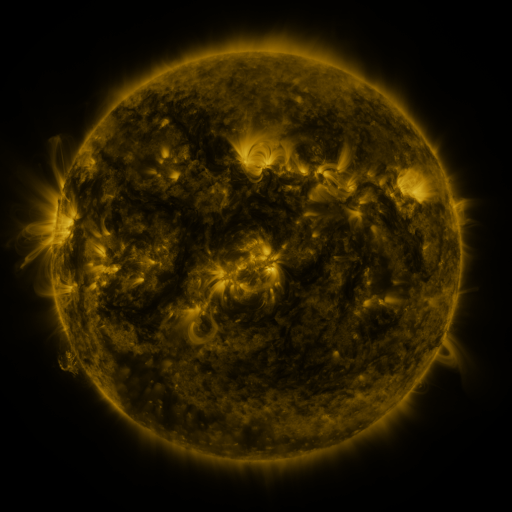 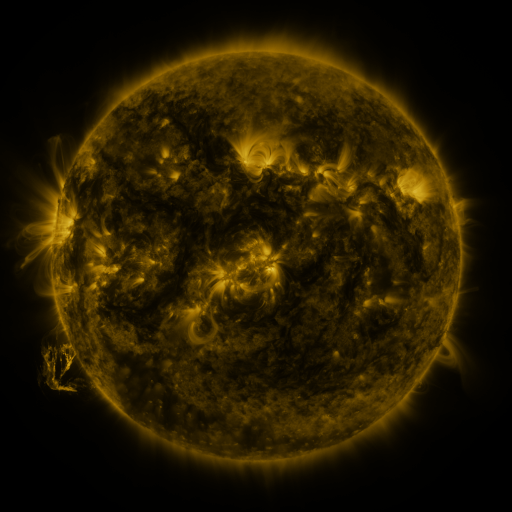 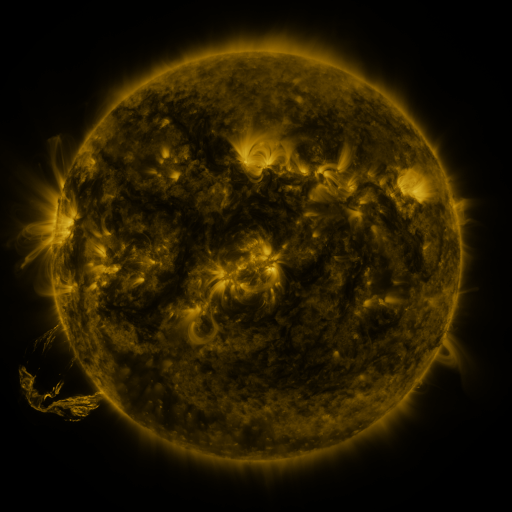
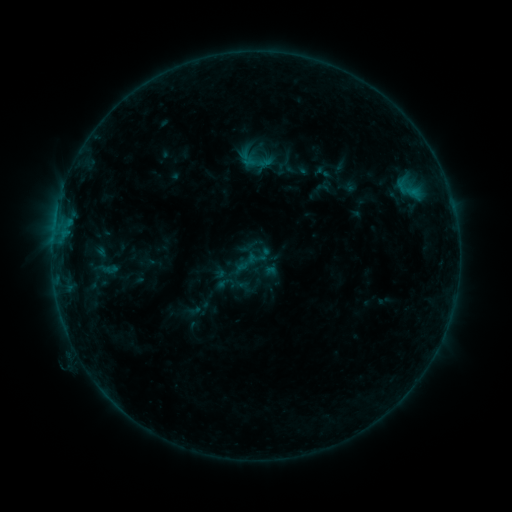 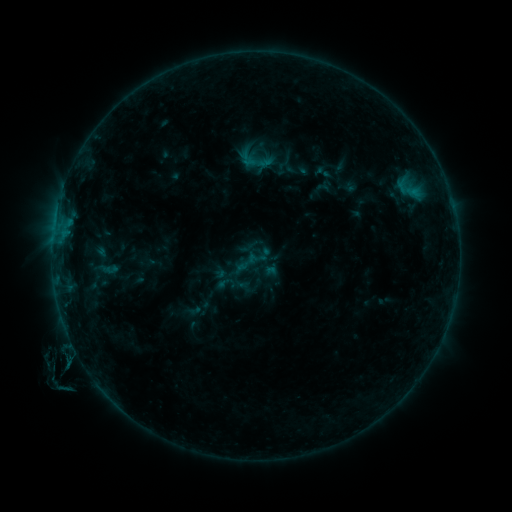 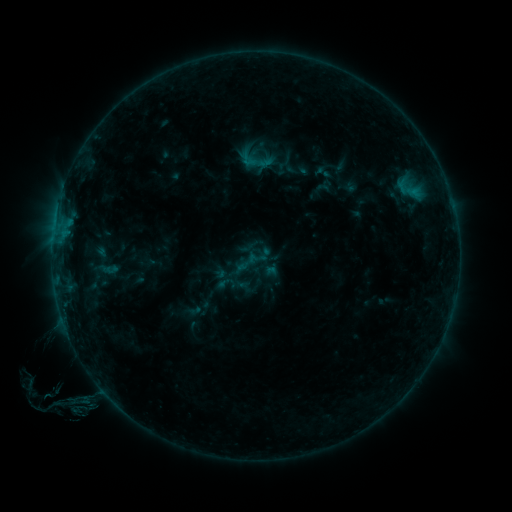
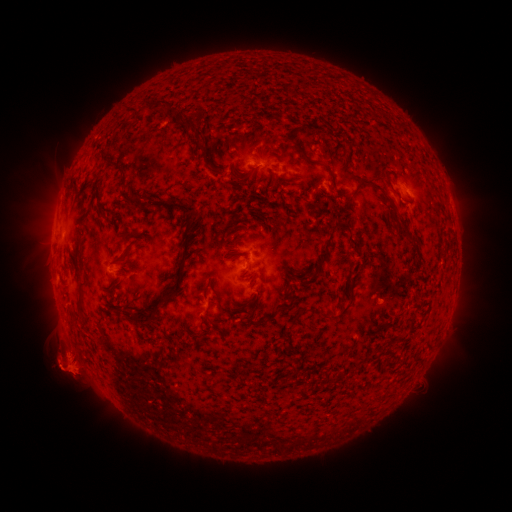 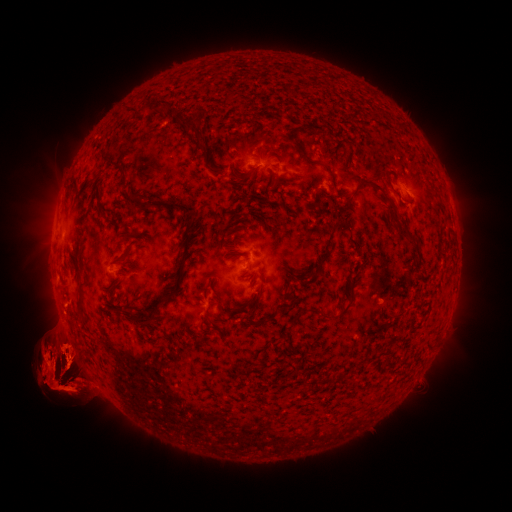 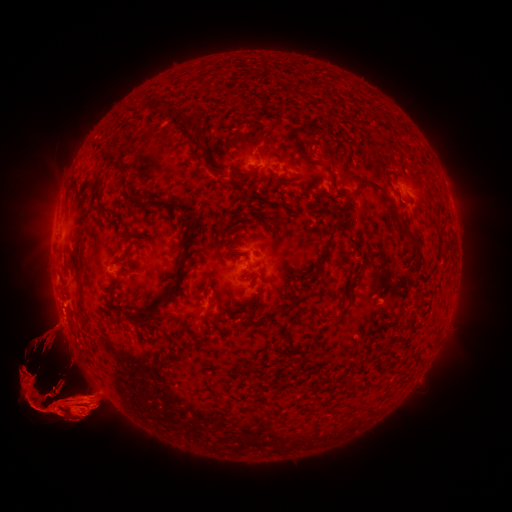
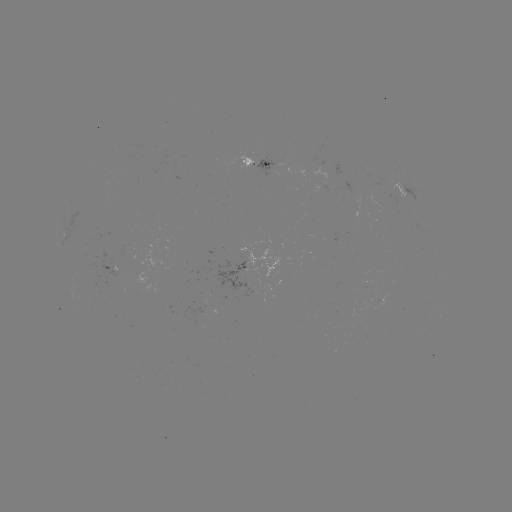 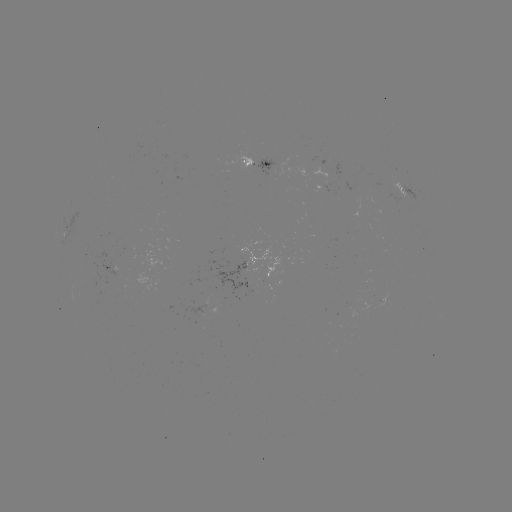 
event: eruption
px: (458, 361)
